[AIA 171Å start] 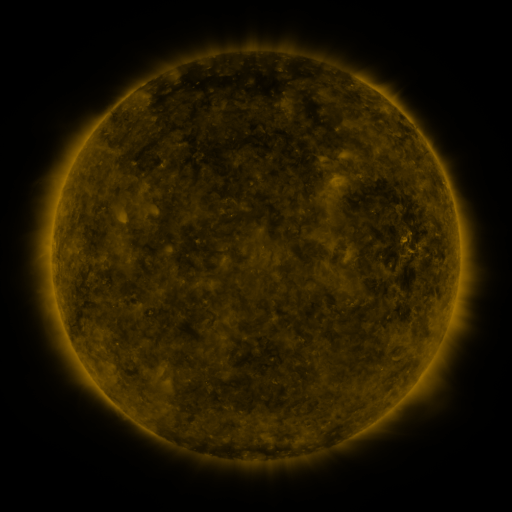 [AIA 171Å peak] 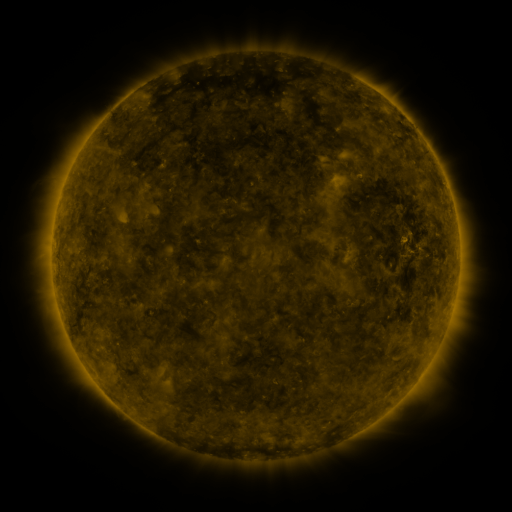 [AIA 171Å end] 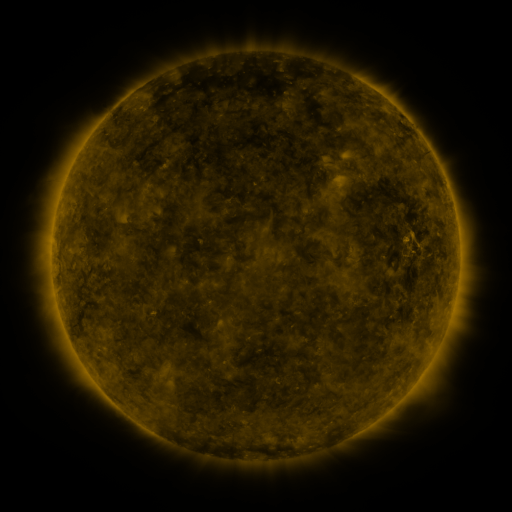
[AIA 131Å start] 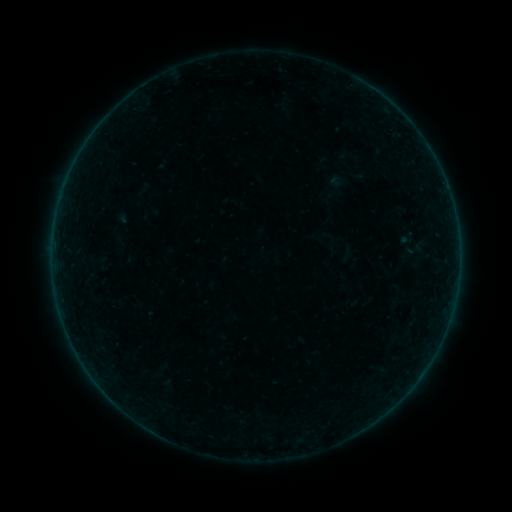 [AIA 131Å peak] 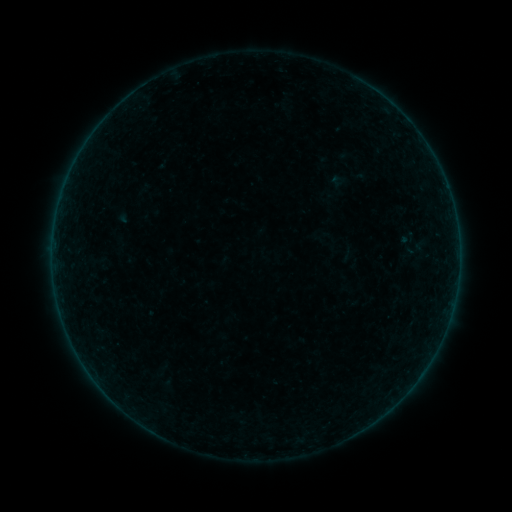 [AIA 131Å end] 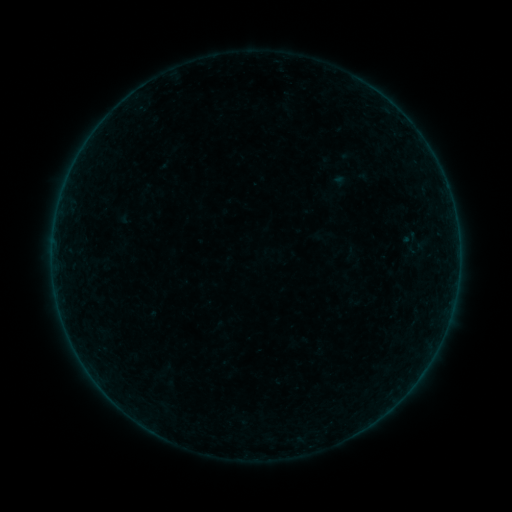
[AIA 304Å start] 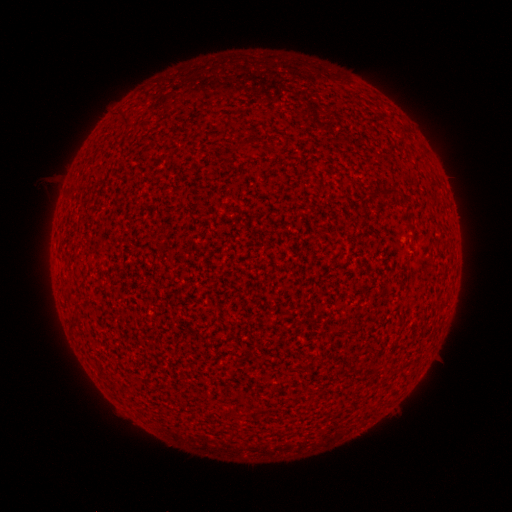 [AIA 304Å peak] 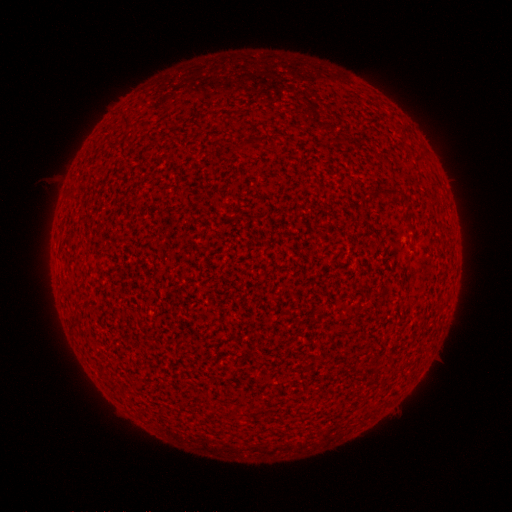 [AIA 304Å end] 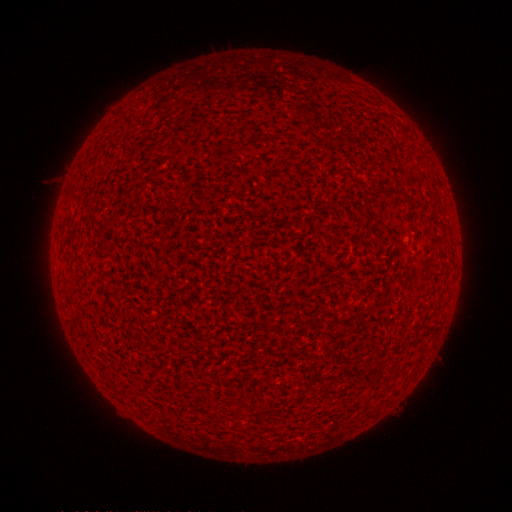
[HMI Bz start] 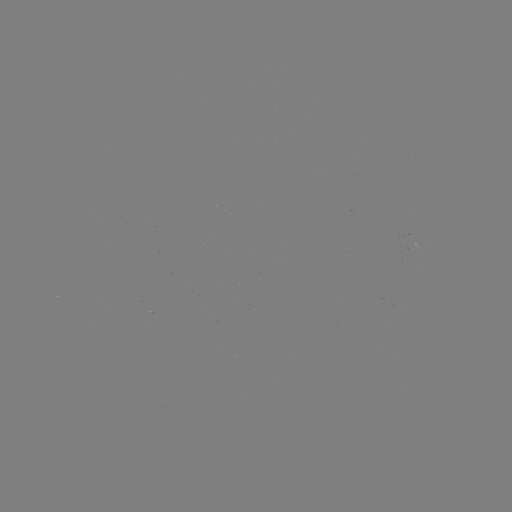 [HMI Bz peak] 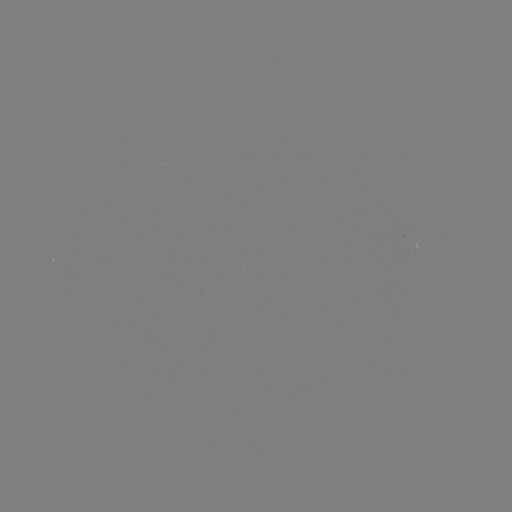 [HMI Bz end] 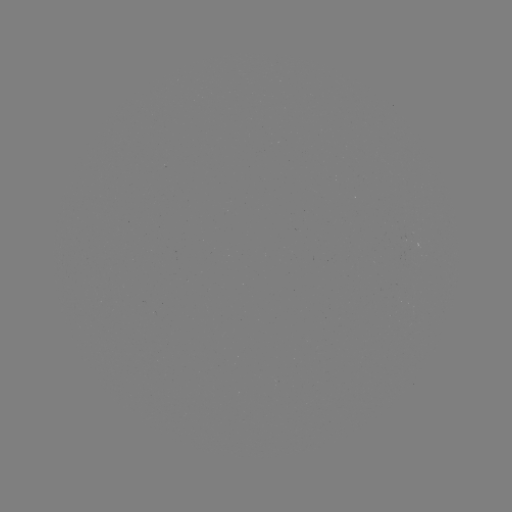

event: flare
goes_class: A1.1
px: (242, 458)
